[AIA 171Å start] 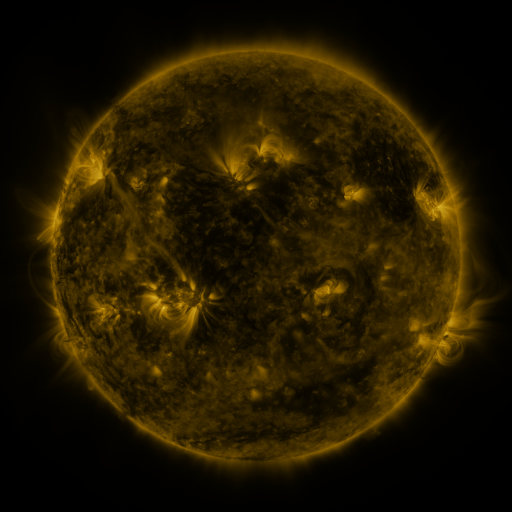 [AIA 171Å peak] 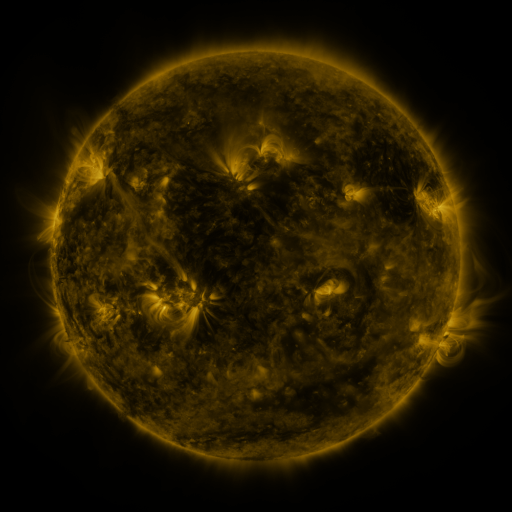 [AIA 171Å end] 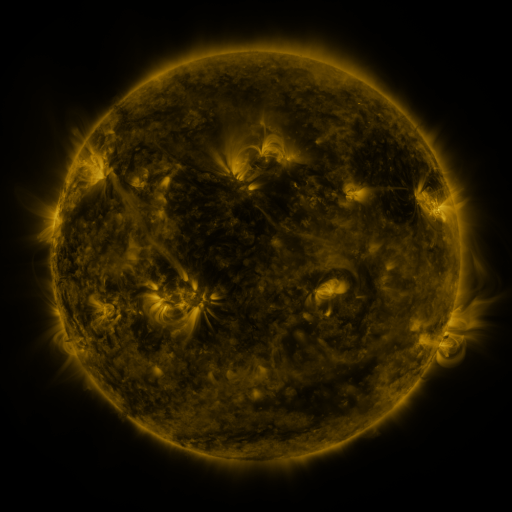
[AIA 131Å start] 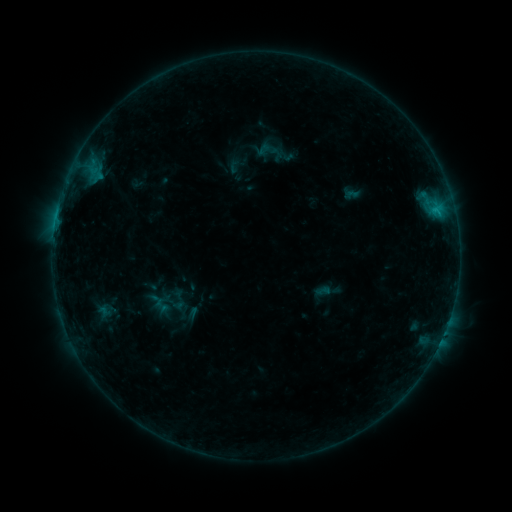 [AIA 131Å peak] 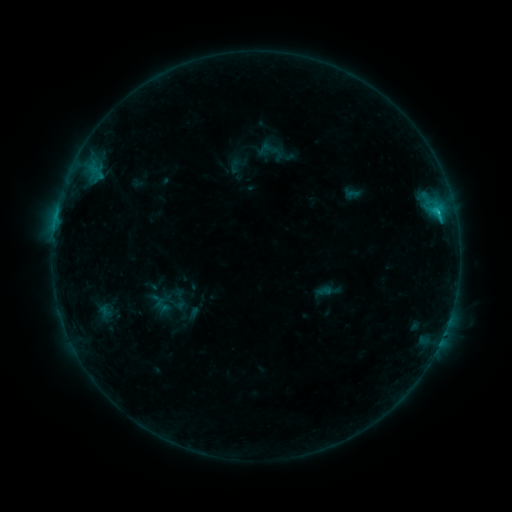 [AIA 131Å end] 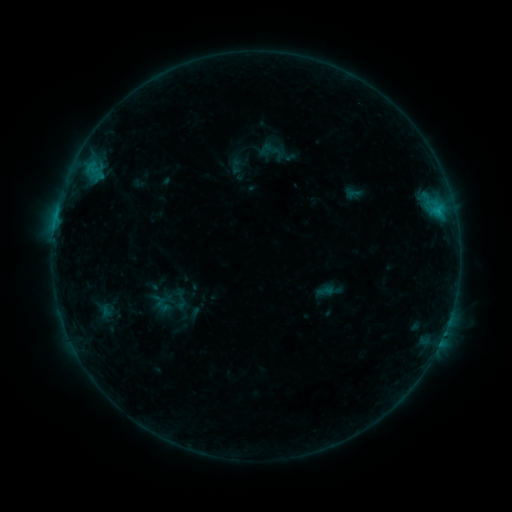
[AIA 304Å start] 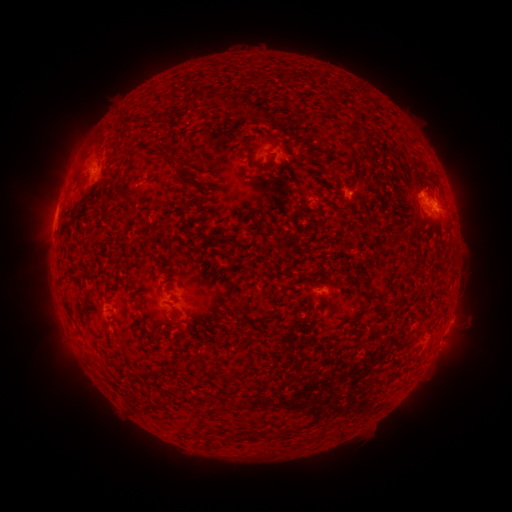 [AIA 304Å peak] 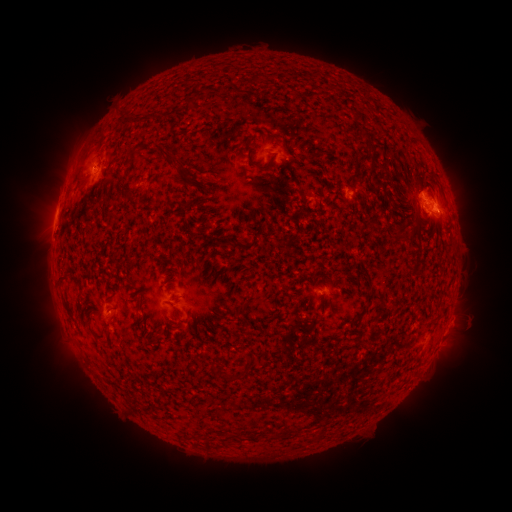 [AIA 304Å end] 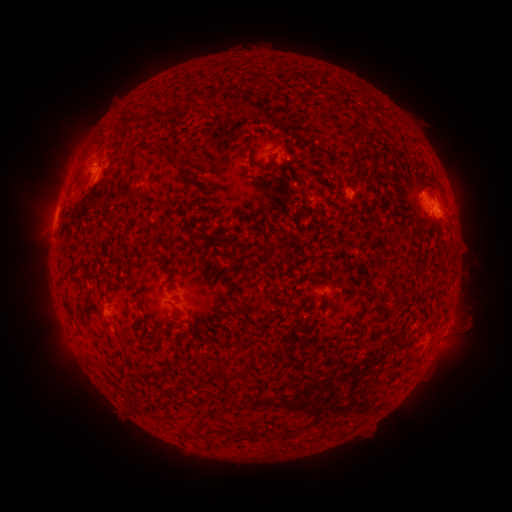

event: flare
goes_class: C1.4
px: (437, 213)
